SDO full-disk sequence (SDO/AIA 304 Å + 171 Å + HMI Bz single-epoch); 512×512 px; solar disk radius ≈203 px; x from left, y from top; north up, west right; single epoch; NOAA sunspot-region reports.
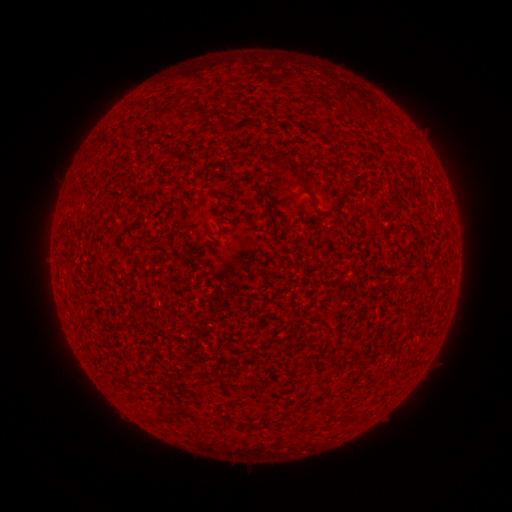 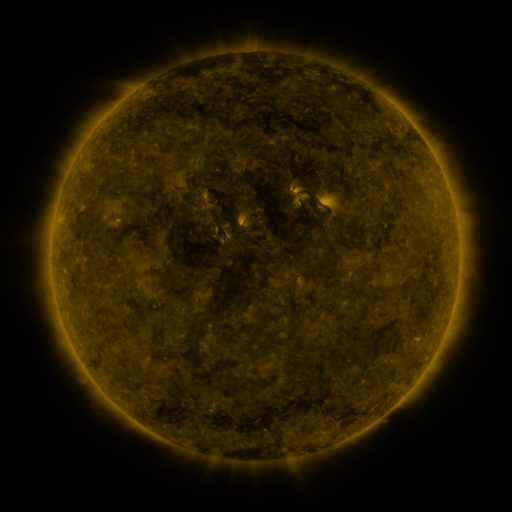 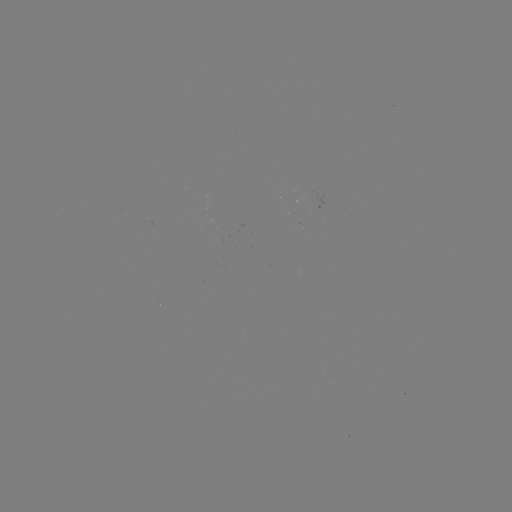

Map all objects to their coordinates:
(none)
